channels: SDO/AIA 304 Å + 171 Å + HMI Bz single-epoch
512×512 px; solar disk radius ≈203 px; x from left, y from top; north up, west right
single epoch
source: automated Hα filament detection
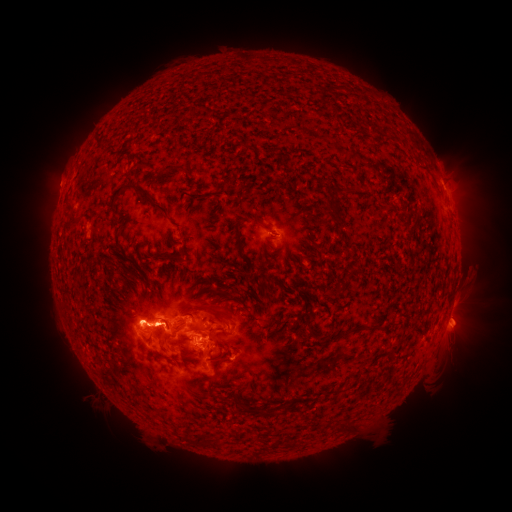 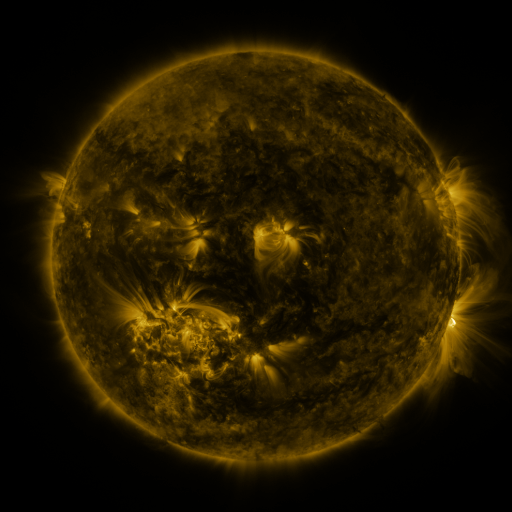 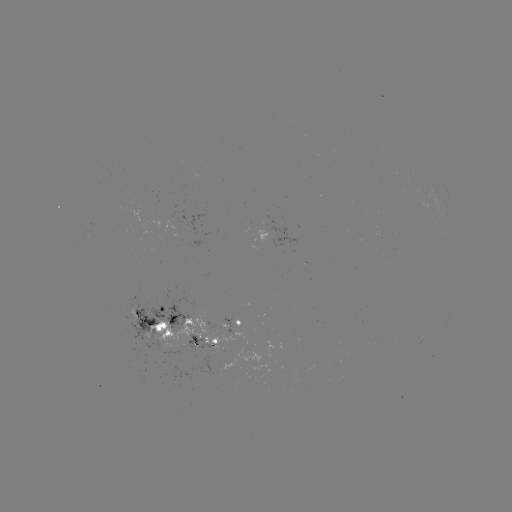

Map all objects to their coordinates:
filament: (370, 125, 377, 135)
filament: (169, 162, 189, 173)
filament: (109, 182, 169, 216)
filament: (333, 187, 346, 196)
filament: (329, 204, 338, 216)
filament: (252, 216, 273, 233)
filament: (234, 218, 243, 248)
filament: (172, 253, 182, 263)
filament: (212, 306, 226, 317)
filament: (143, 323, 152, 329)
filament: (211, 362, 220, 377)
filament: (251, 408, 262, 417)
